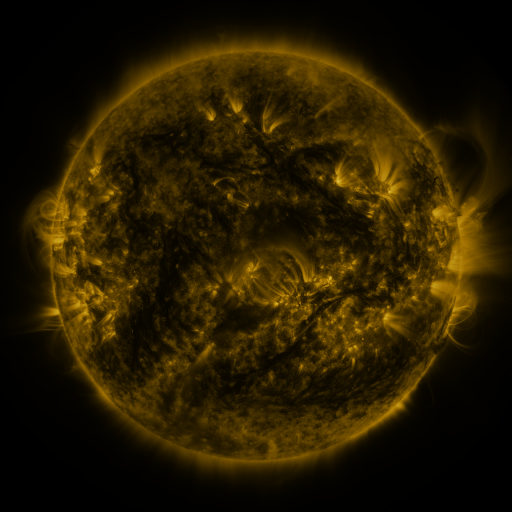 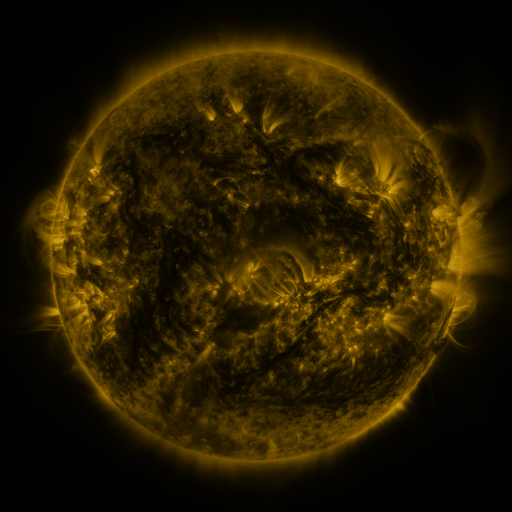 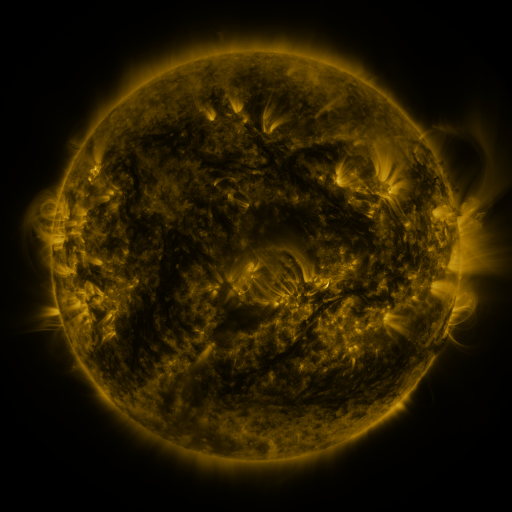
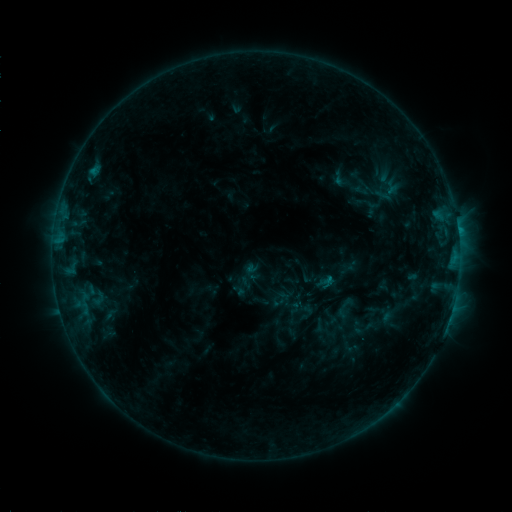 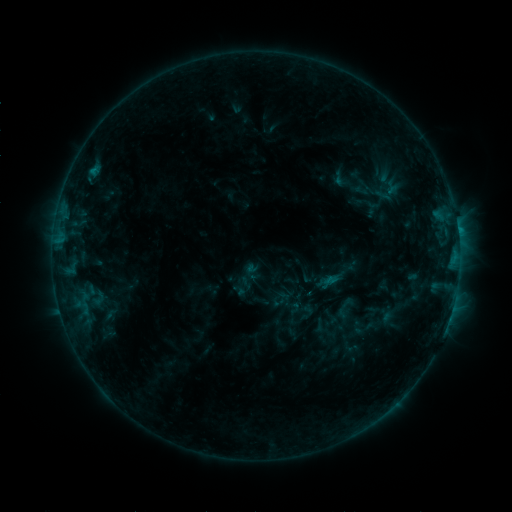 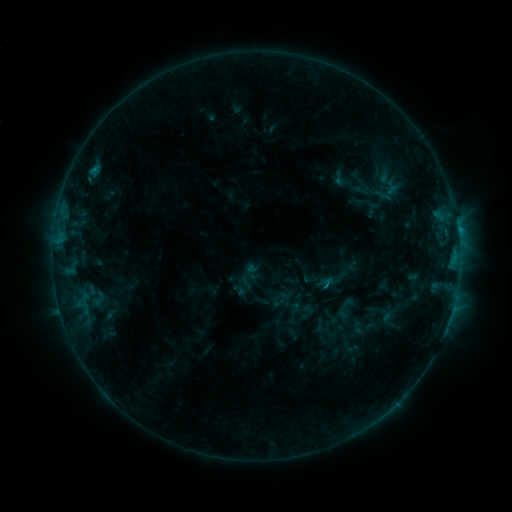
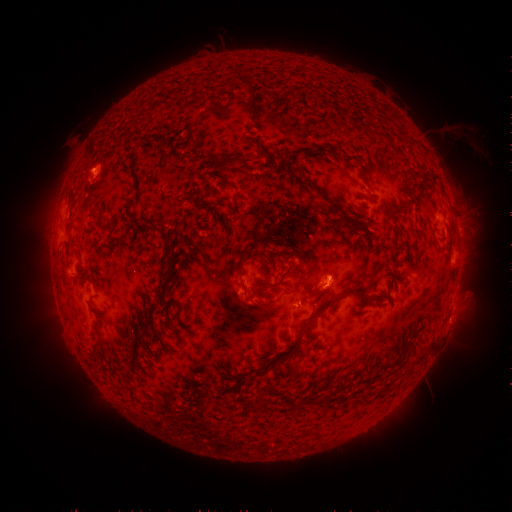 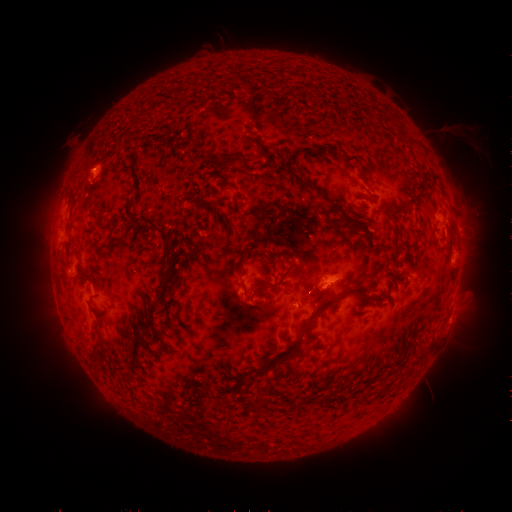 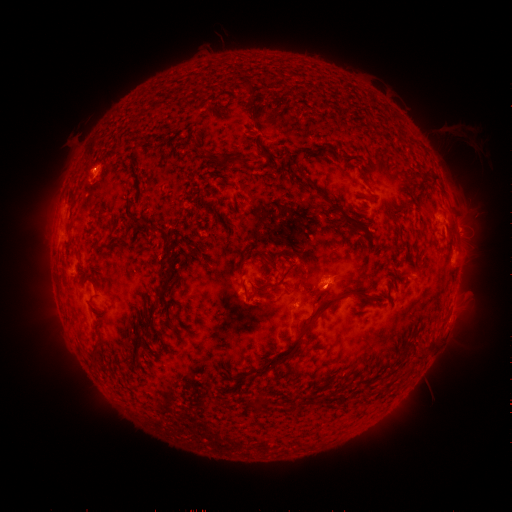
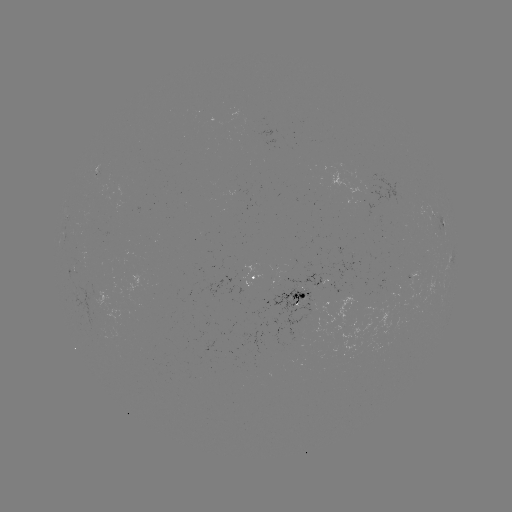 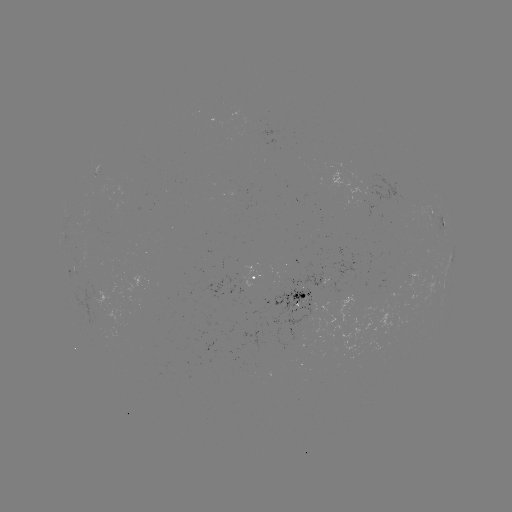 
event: eruption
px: (341, 279)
